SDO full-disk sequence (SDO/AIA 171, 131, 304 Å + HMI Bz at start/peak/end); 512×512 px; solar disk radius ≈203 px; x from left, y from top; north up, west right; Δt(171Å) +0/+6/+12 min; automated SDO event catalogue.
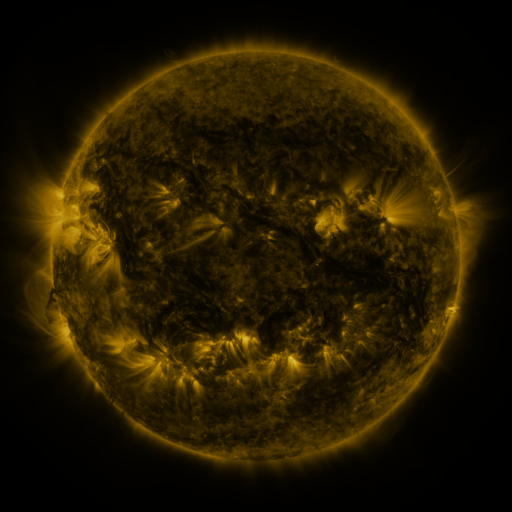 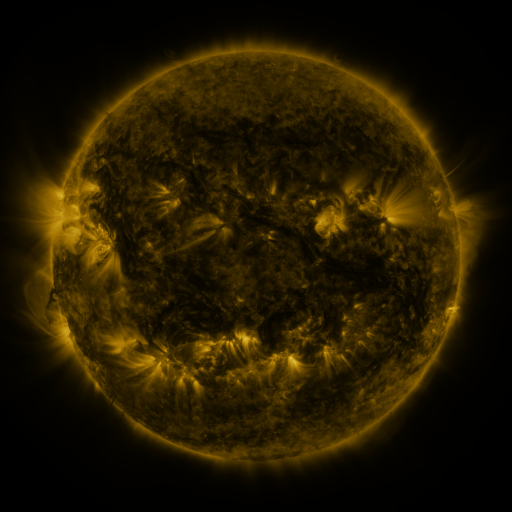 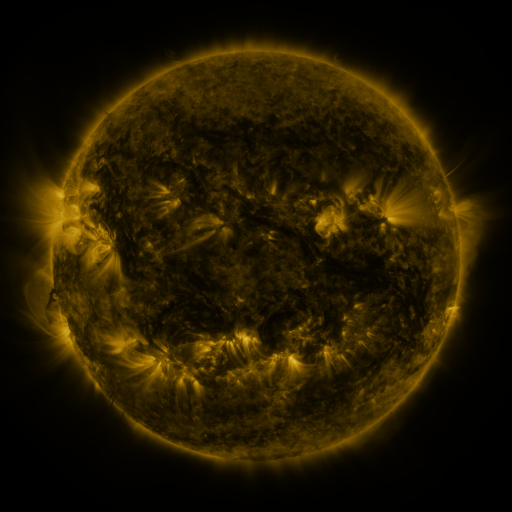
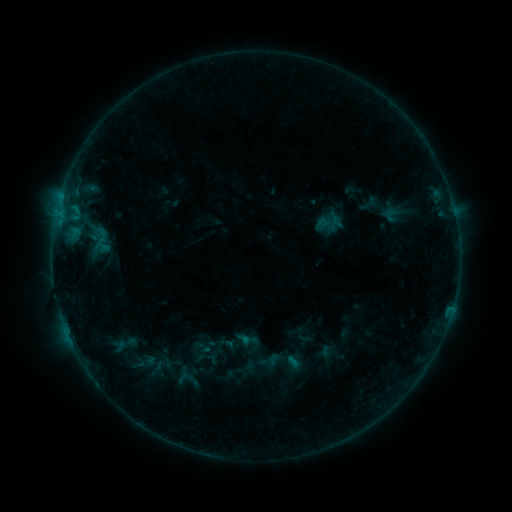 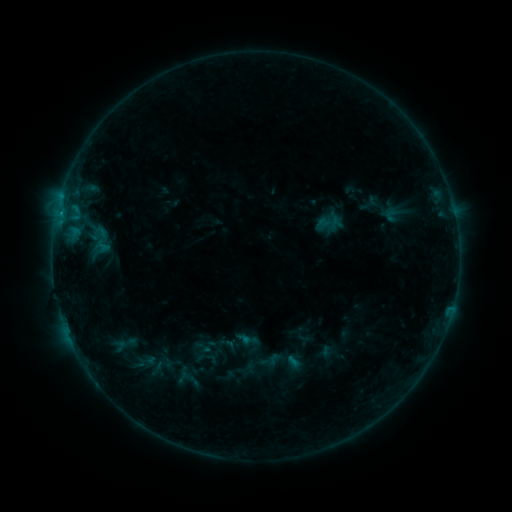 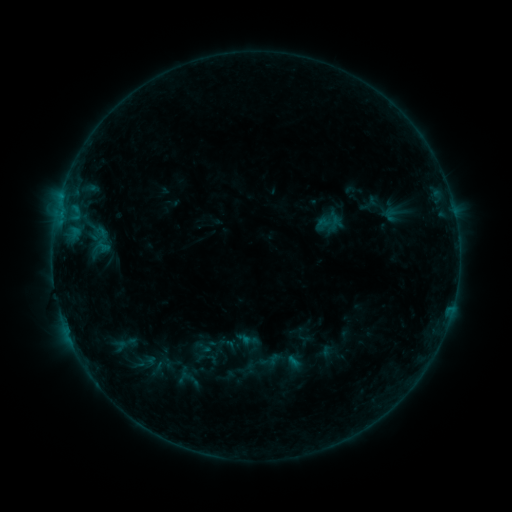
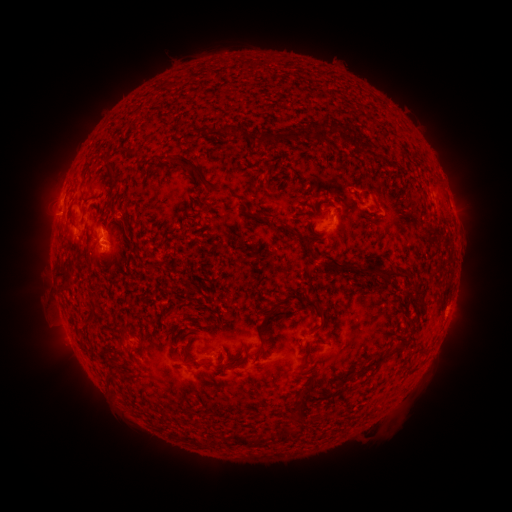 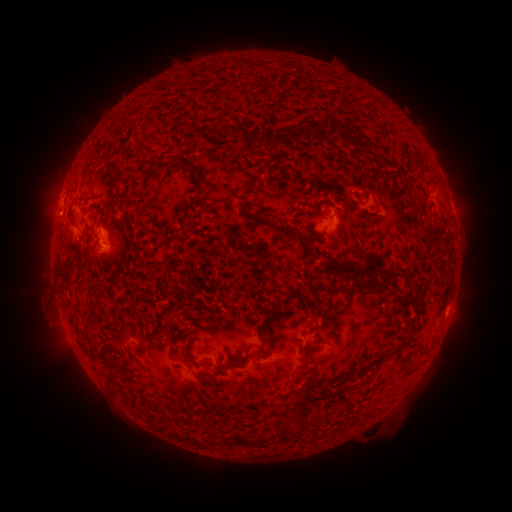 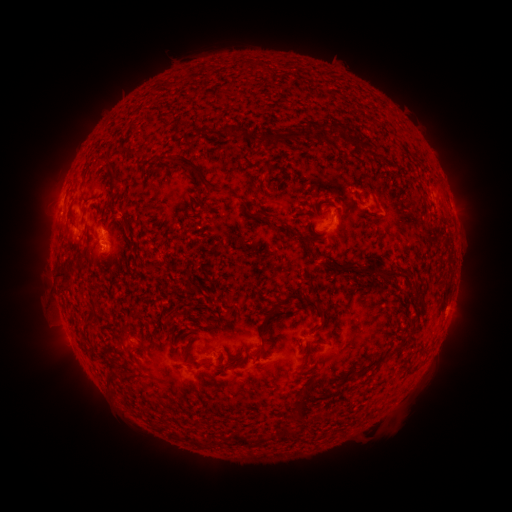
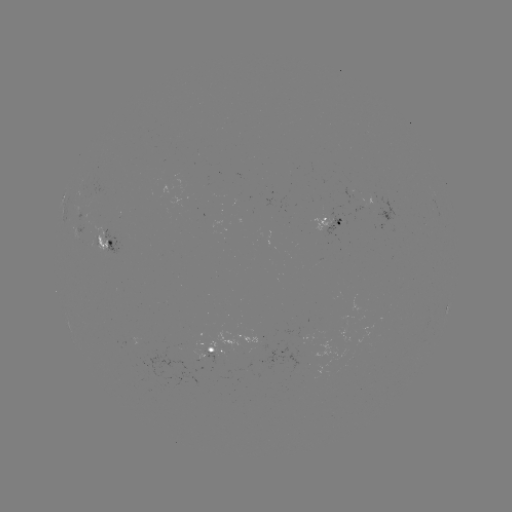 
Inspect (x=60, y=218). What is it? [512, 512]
B4.1 flare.